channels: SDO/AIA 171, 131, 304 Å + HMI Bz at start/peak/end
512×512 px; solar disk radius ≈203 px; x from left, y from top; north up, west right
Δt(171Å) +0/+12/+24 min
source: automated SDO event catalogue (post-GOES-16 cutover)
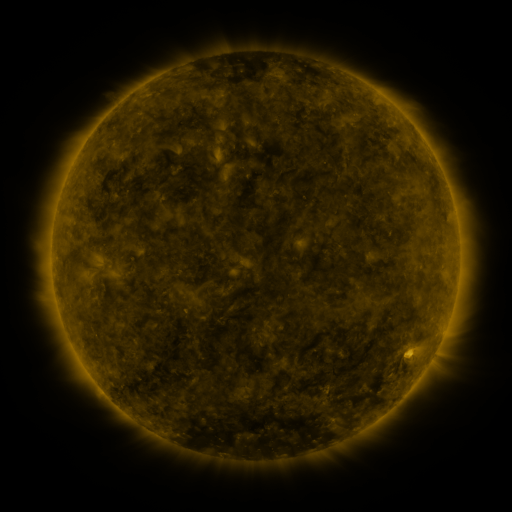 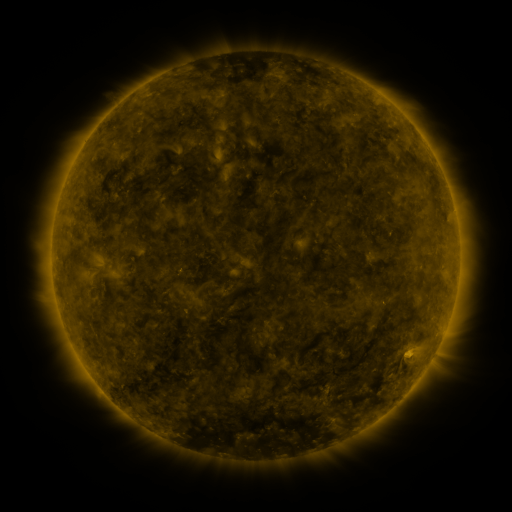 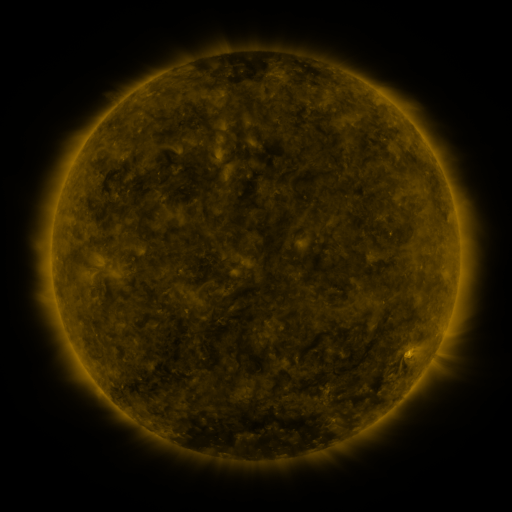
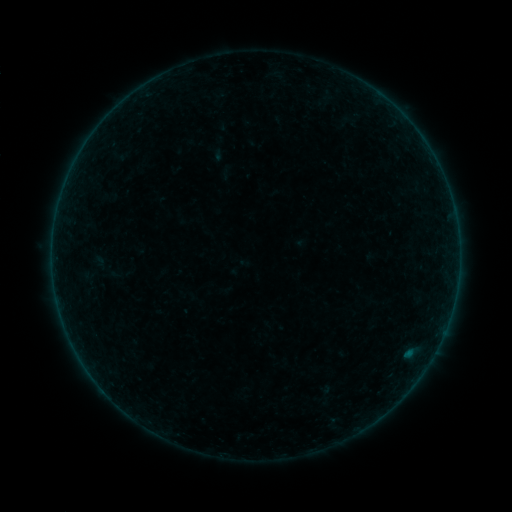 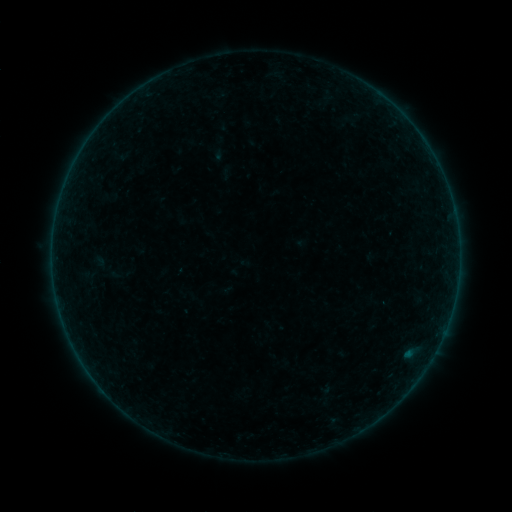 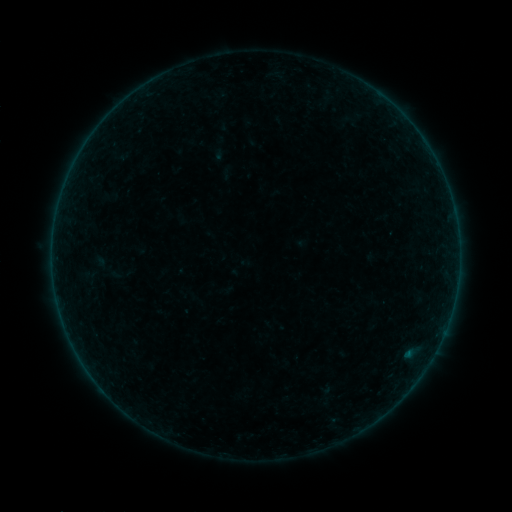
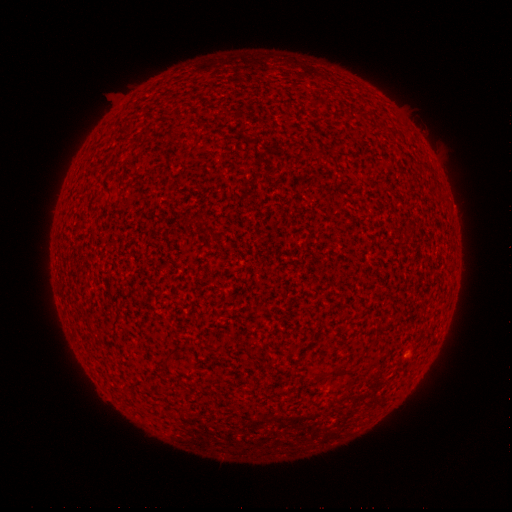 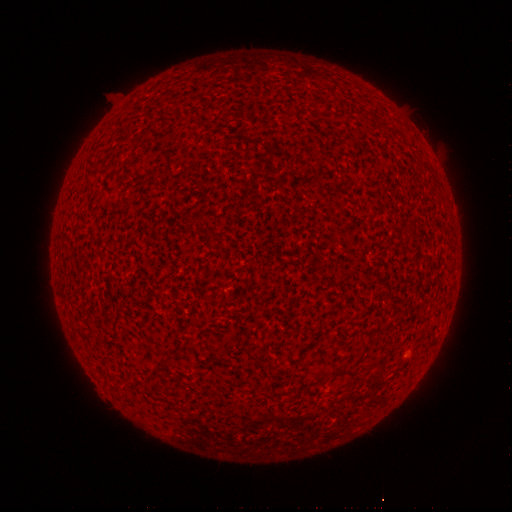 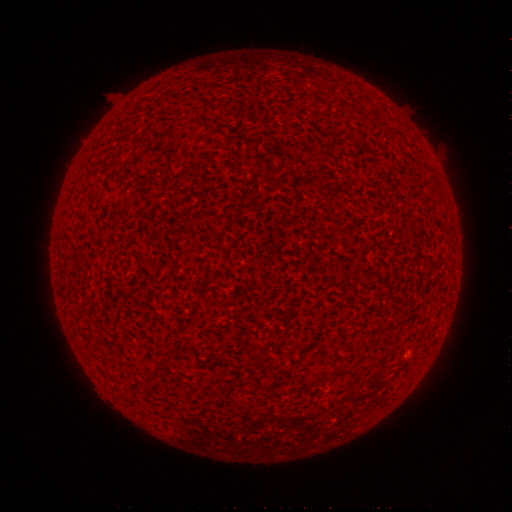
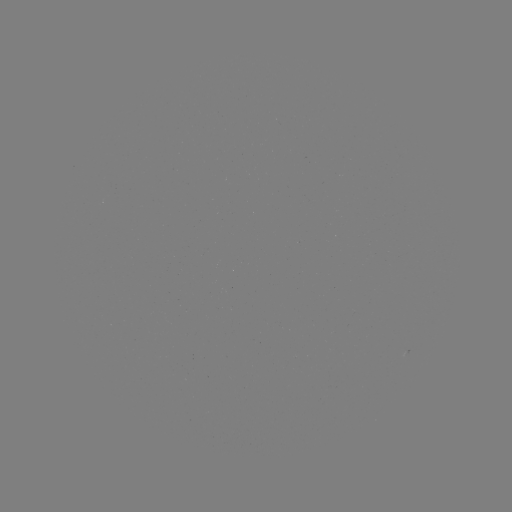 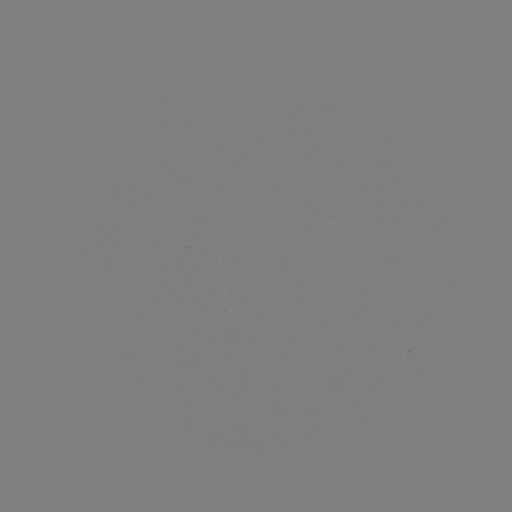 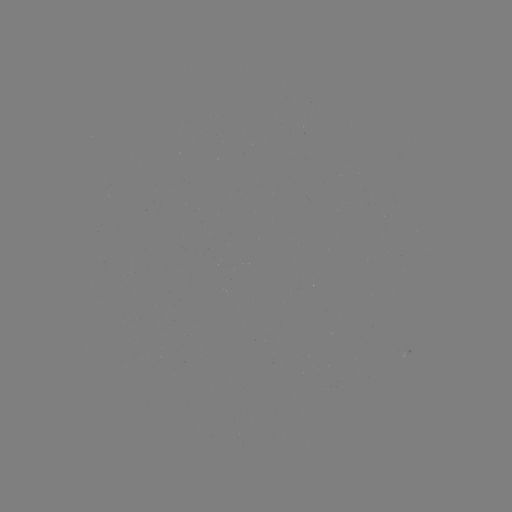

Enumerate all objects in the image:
B1.0 flare: (408, 354)
